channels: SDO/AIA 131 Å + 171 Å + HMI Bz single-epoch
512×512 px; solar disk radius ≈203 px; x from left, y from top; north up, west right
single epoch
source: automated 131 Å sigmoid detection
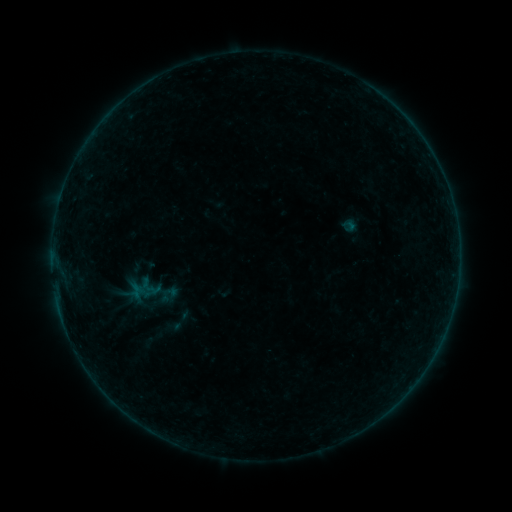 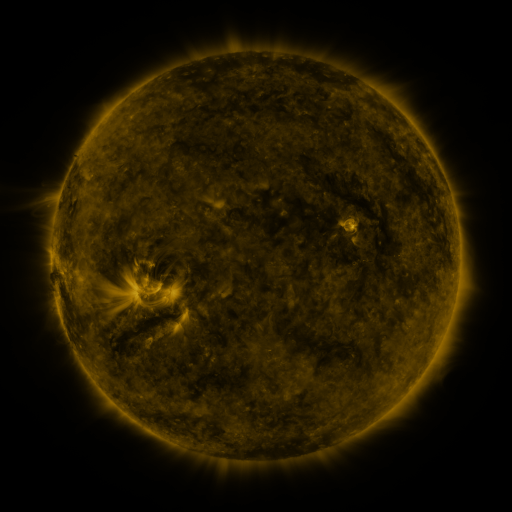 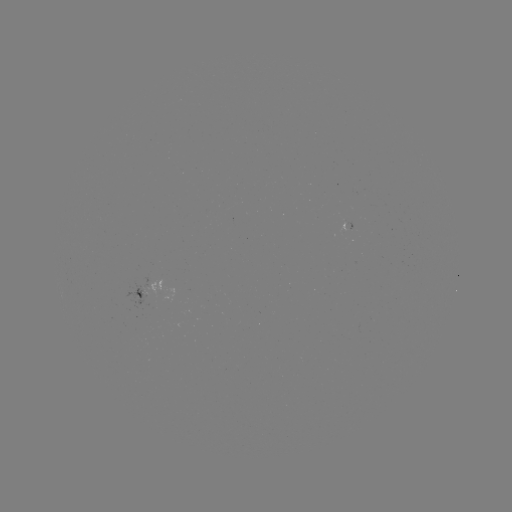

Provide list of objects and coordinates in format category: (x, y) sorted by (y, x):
sigmoid: (179, 321)
